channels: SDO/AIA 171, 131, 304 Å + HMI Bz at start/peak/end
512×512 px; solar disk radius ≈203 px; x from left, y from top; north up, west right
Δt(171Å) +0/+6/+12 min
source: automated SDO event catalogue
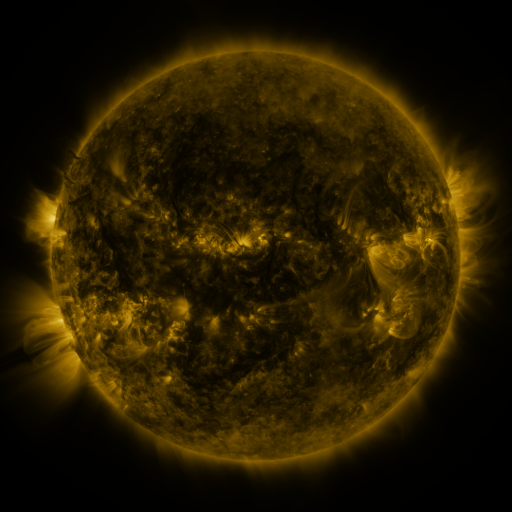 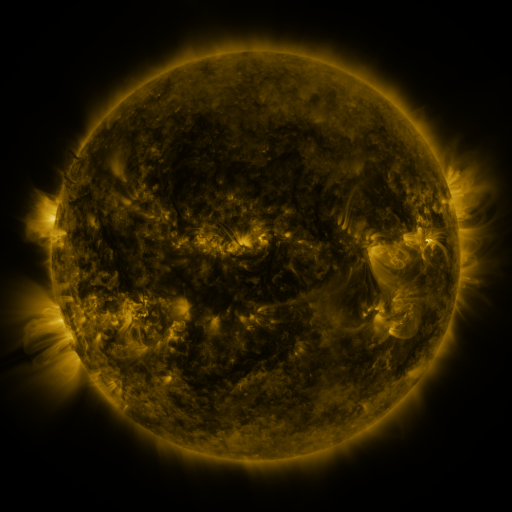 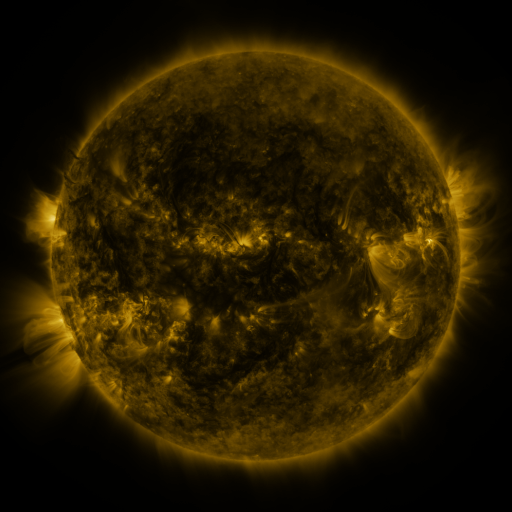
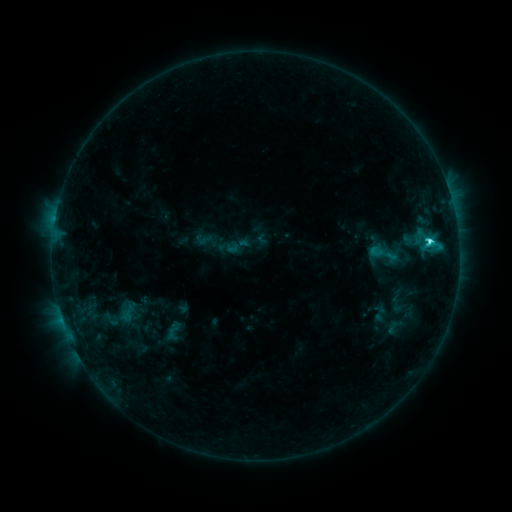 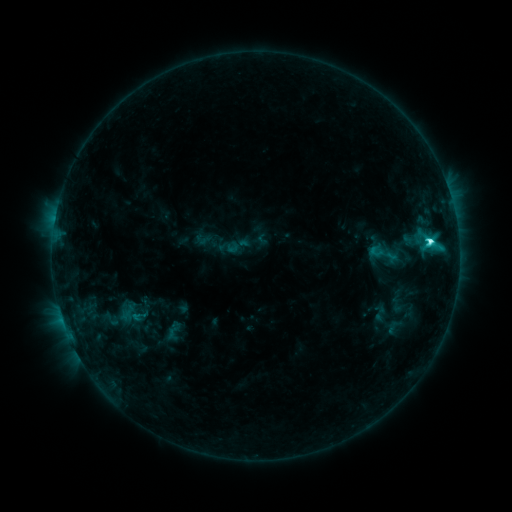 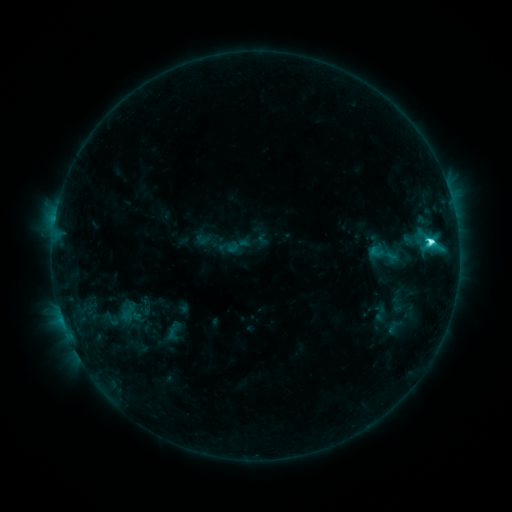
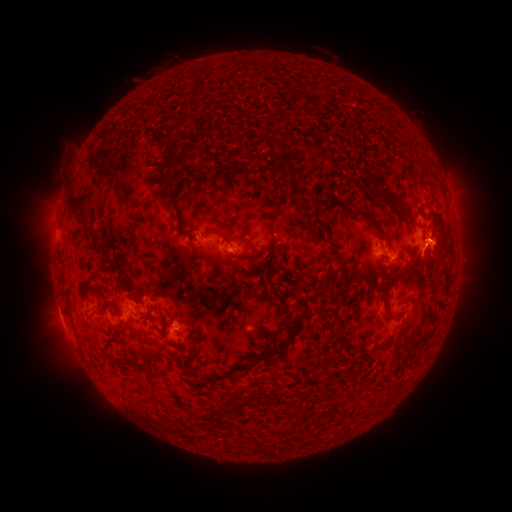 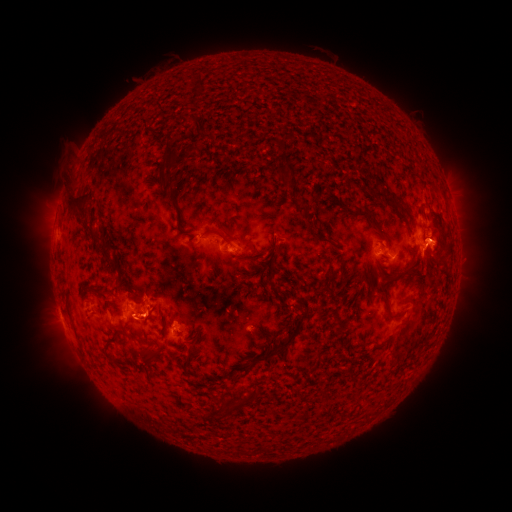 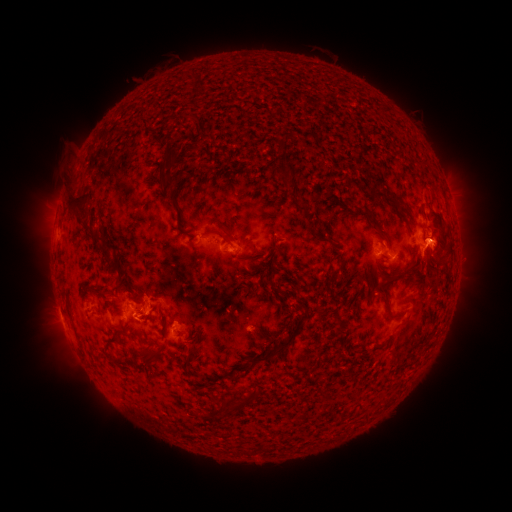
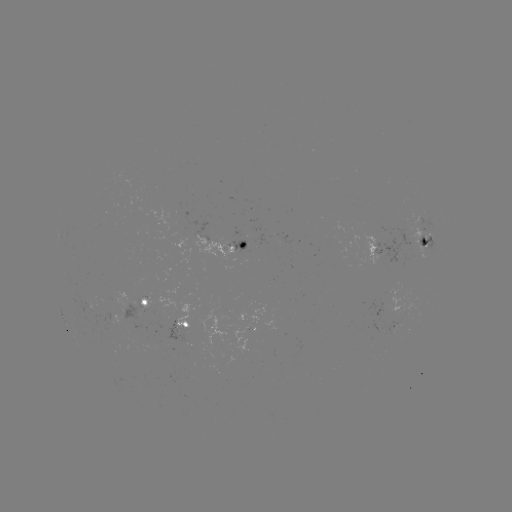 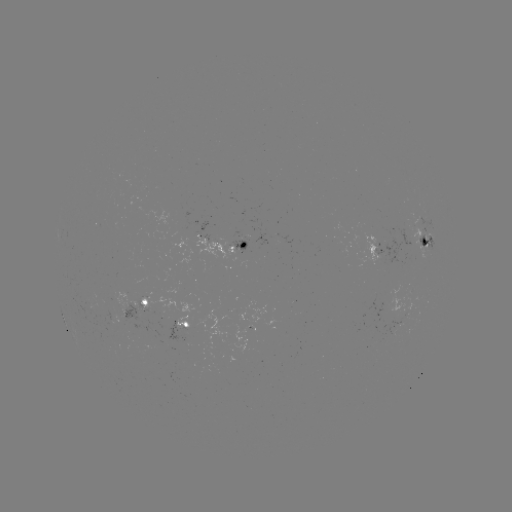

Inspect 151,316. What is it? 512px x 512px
eruption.